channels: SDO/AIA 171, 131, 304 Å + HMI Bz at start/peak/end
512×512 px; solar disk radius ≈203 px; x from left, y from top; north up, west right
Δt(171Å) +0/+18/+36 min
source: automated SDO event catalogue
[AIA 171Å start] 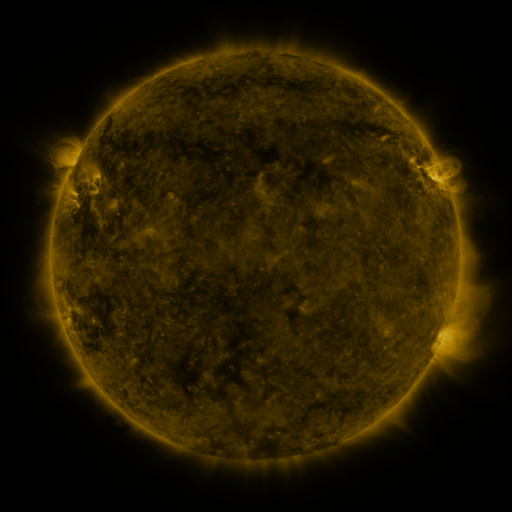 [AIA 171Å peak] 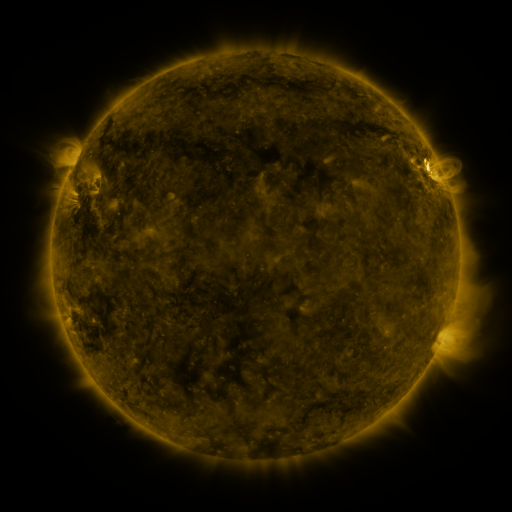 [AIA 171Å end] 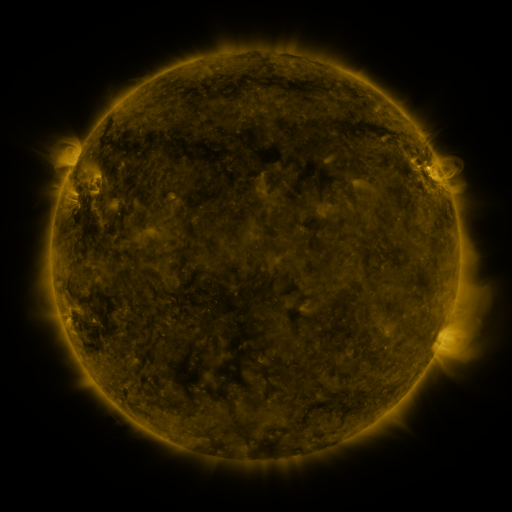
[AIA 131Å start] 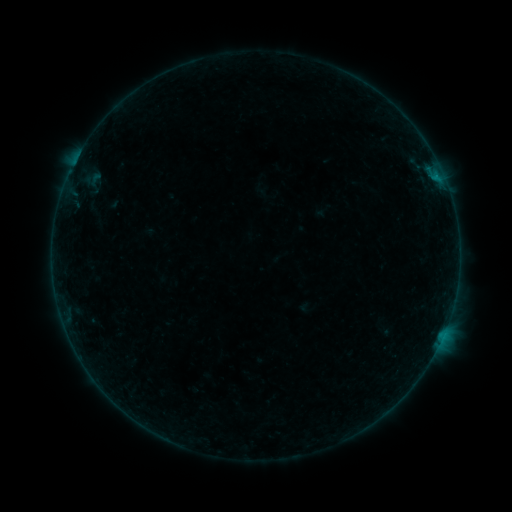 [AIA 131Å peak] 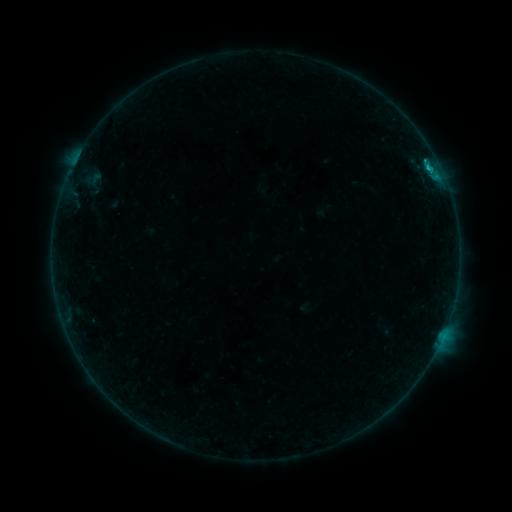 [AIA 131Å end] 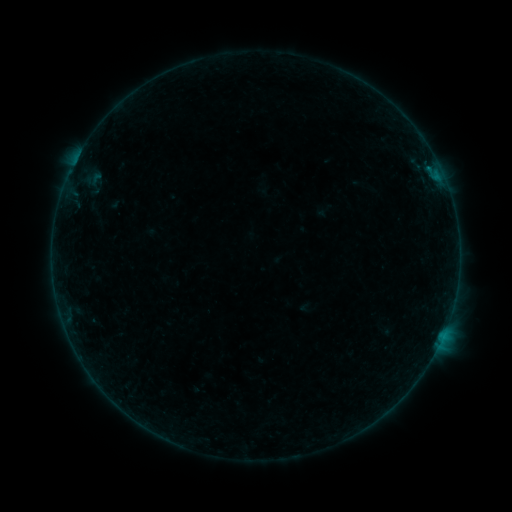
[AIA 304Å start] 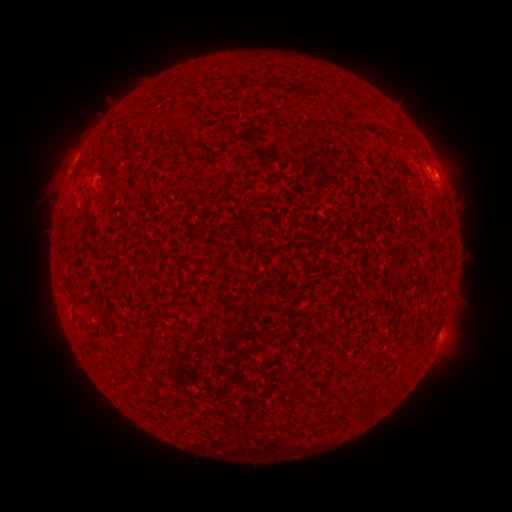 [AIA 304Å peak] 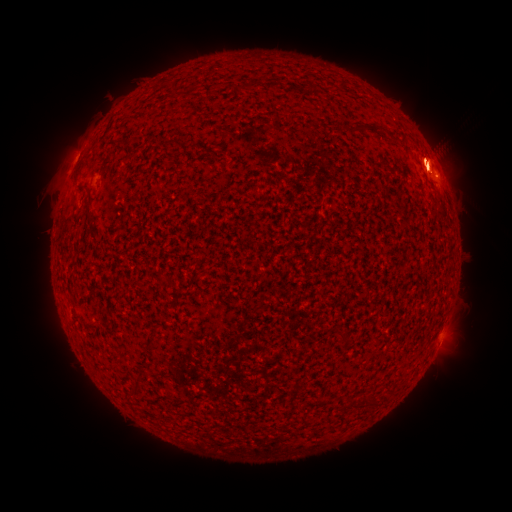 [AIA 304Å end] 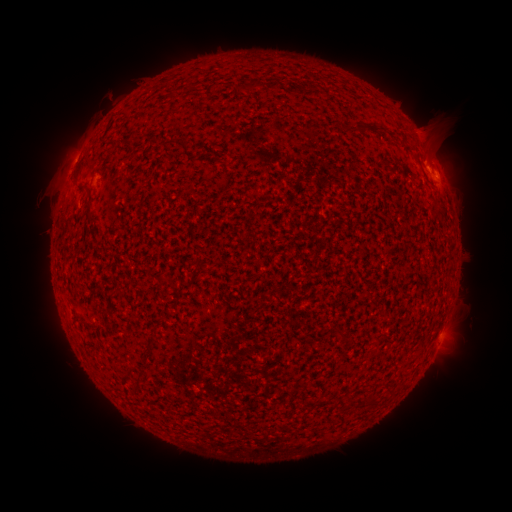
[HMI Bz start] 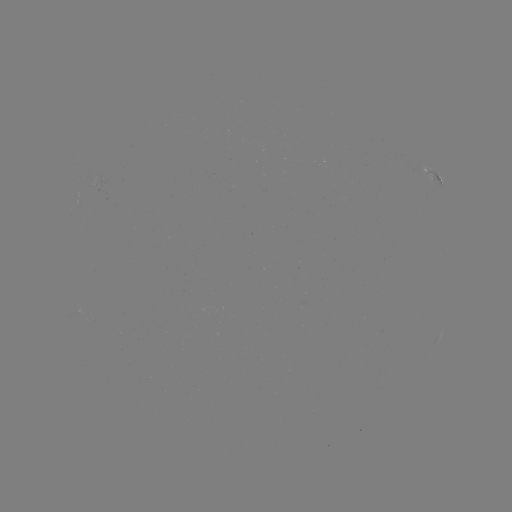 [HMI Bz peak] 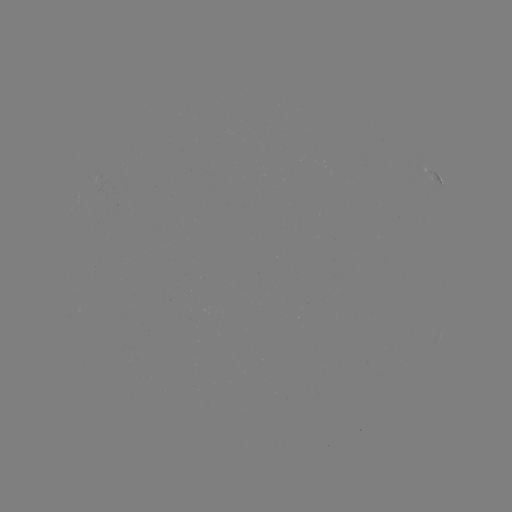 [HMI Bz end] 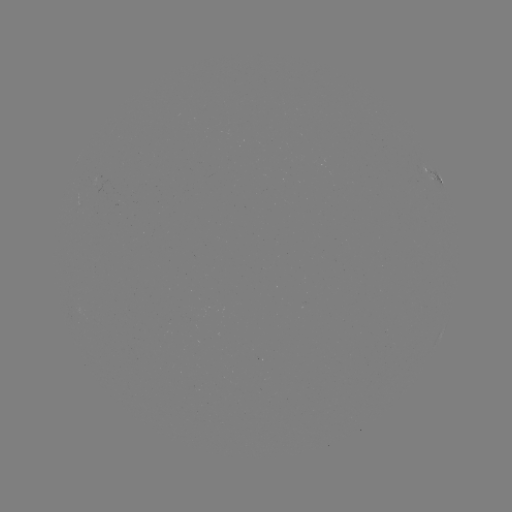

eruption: <bbox>362, 78, 511, 236</bbox>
